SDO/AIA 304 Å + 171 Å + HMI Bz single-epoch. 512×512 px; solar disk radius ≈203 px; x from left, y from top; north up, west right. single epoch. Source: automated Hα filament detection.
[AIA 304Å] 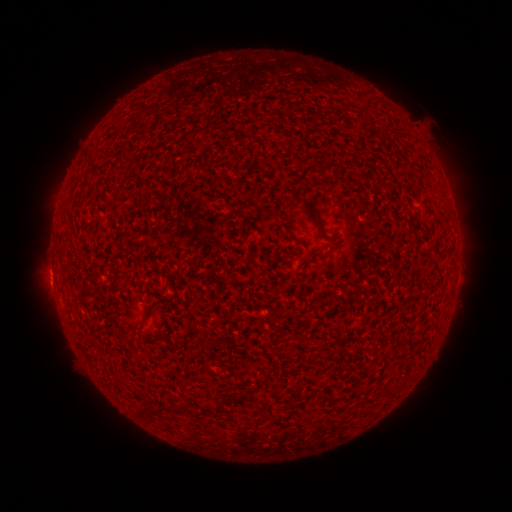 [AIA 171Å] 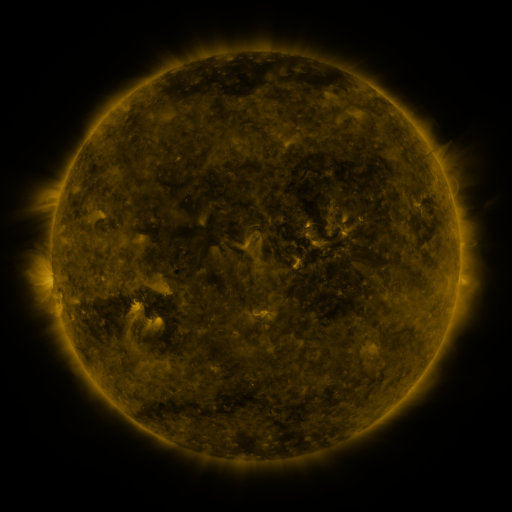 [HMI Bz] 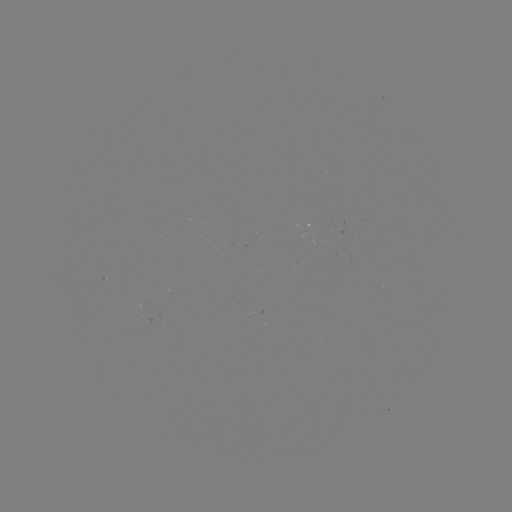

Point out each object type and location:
filament: (326, 160, 338, 173)
filament: (297, 164, 319, 187)
filament: (313, 218, 326, 238)
filament: (317, 251, 329, 259)
filament: (227, 392, 239, 402)
filament: (258, 400, 272, 416)
filament: (181, 404, 192, 412)
